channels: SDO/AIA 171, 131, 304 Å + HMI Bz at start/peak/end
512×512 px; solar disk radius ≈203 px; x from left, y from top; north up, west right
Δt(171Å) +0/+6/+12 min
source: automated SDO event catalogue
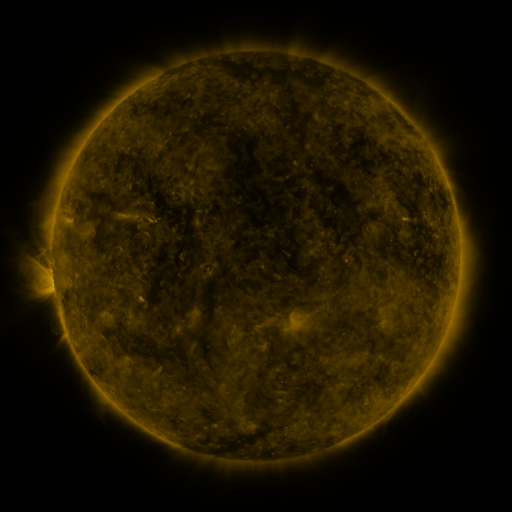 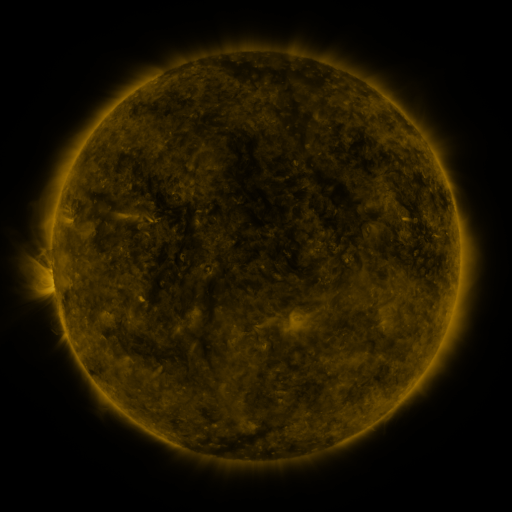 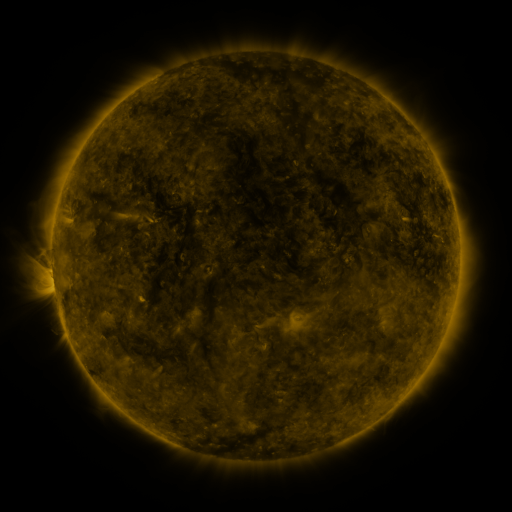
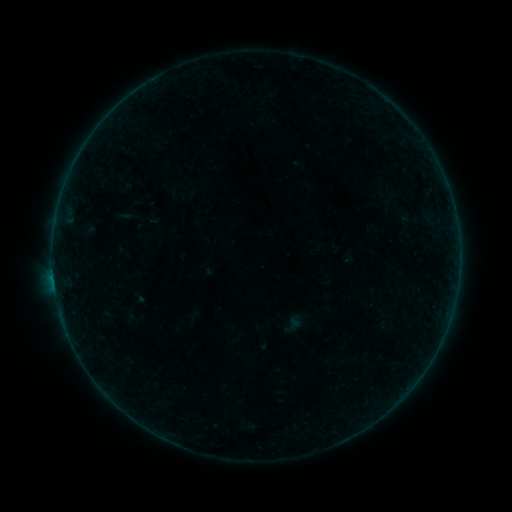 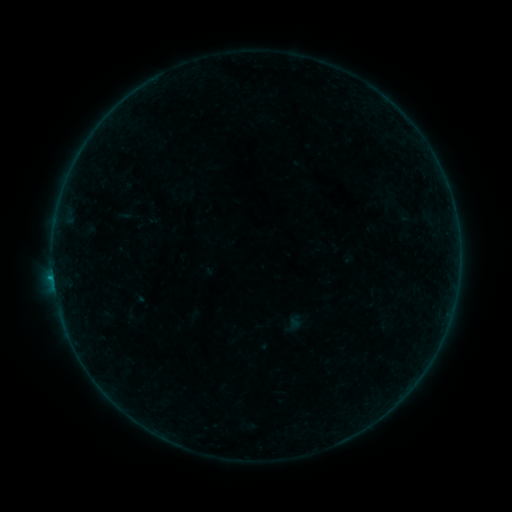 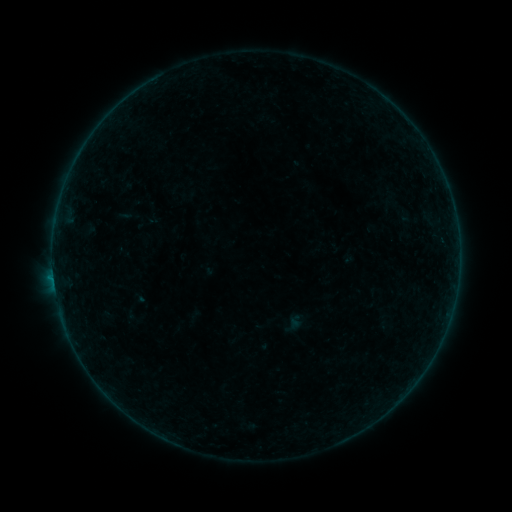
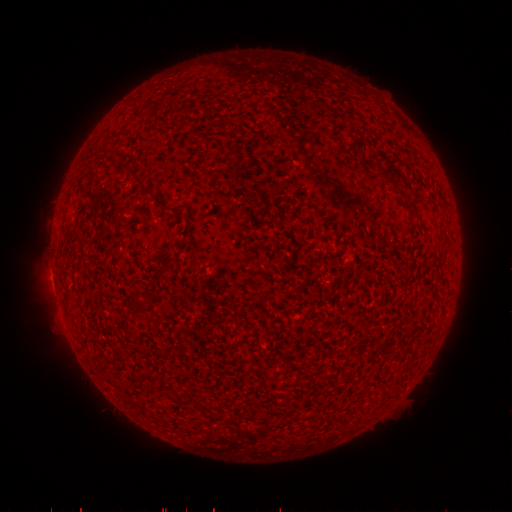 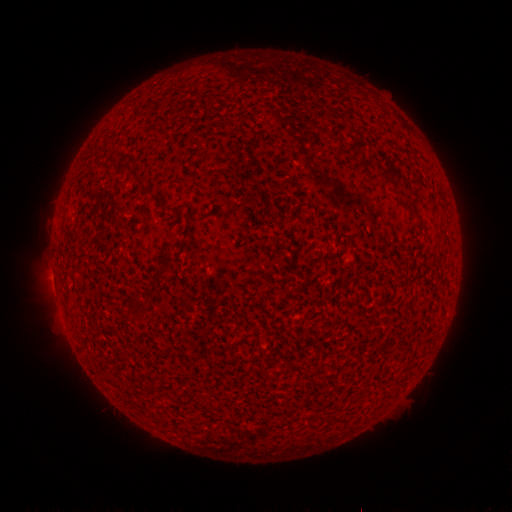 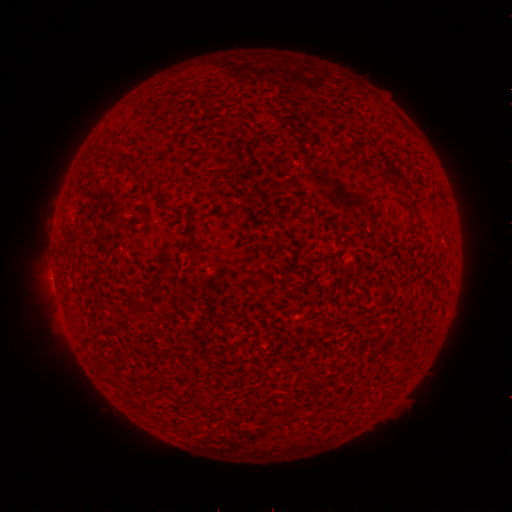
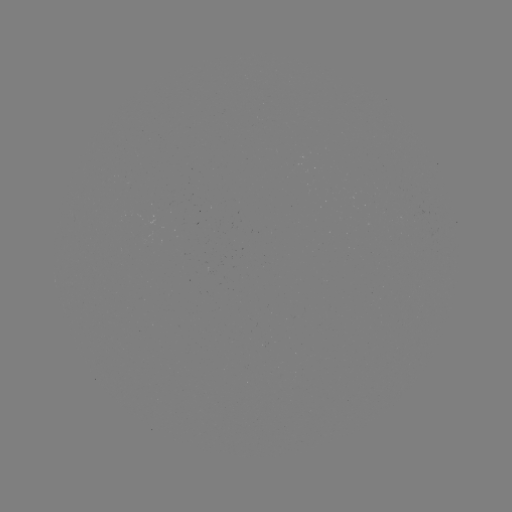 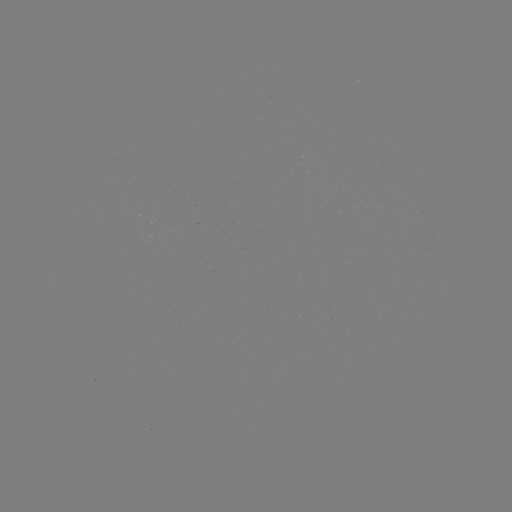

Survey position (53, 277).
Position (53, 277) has B2.4 flare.